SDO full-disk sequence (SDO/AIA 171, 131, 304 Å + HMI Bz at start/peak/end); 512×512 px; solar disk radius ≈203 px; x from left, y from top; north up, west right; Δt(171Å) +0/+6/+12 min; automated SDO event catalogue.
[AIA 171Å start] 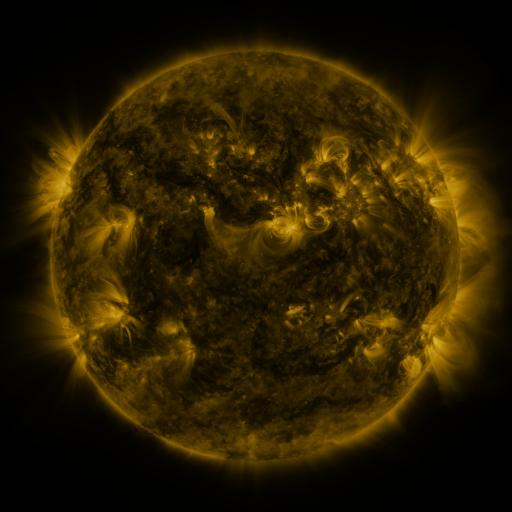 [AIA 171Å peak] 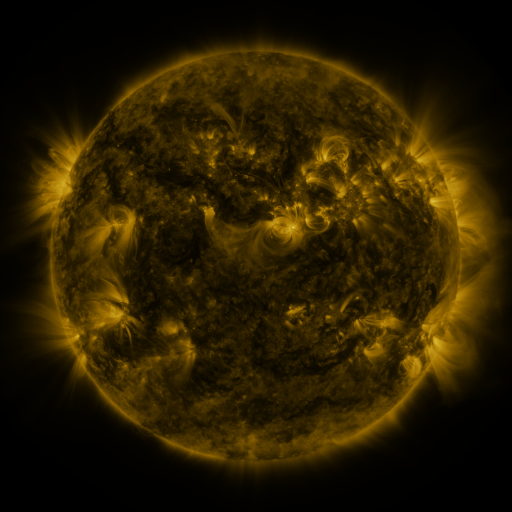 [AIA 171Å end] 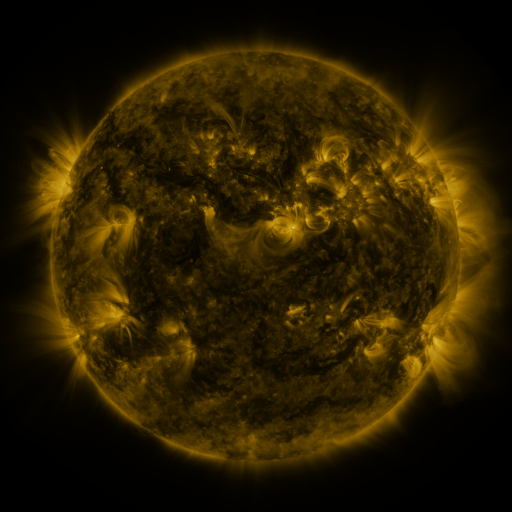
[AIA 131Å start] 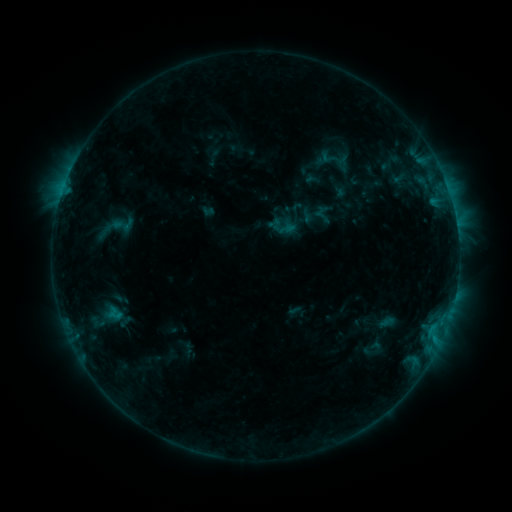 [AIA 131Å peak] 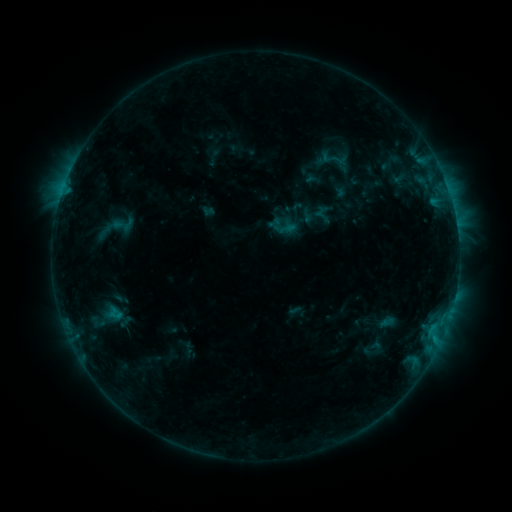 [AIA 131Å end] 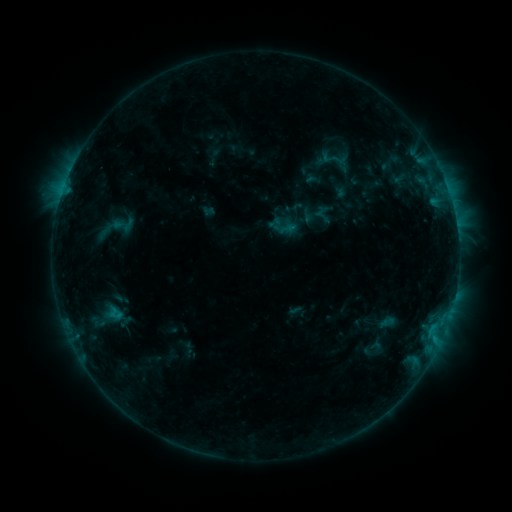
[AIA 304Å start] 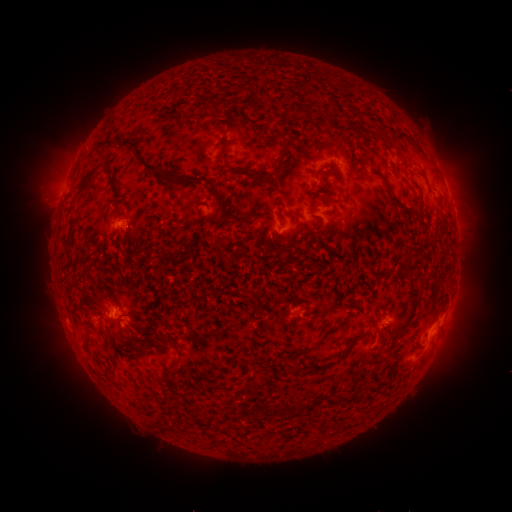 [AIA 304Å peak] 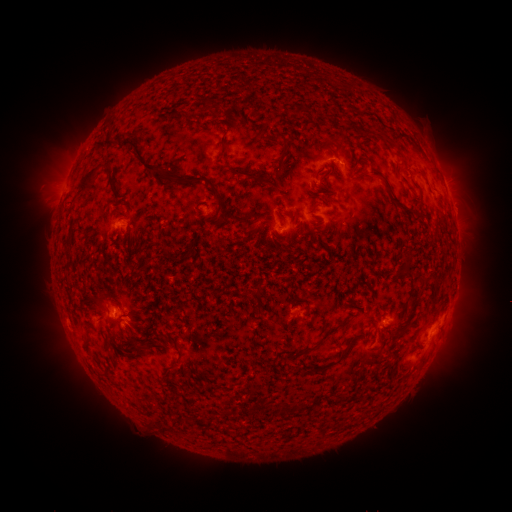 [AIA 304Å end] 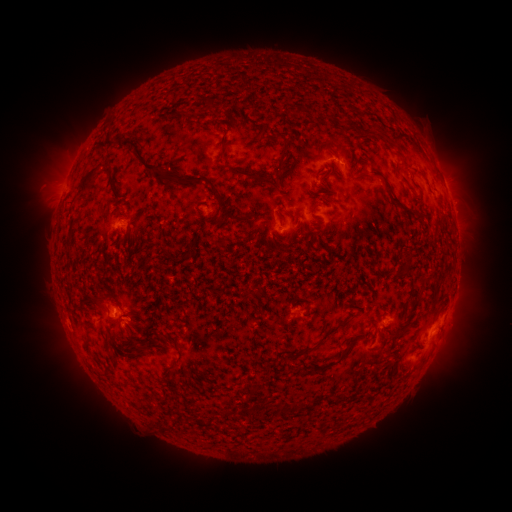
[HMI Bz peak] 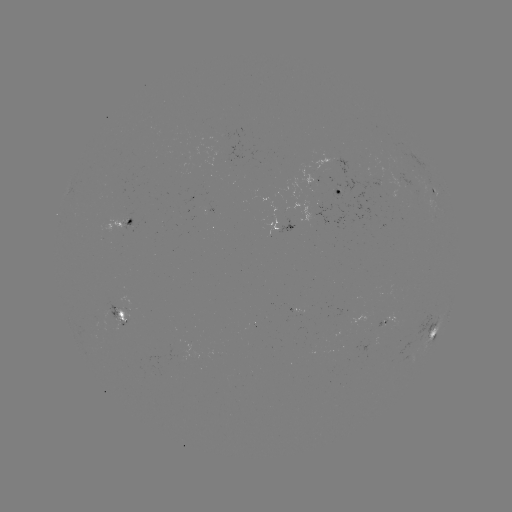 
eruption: (27, 133, 88, 213)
